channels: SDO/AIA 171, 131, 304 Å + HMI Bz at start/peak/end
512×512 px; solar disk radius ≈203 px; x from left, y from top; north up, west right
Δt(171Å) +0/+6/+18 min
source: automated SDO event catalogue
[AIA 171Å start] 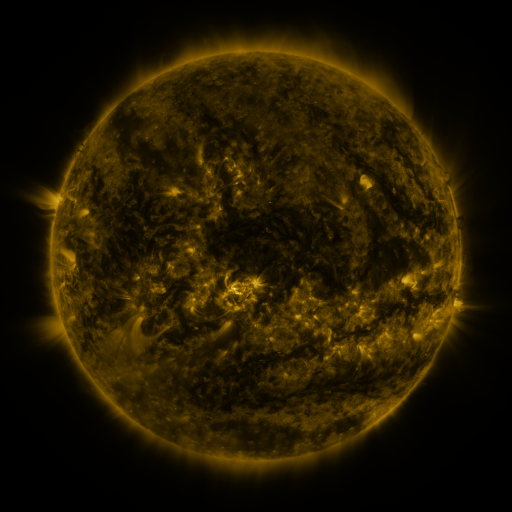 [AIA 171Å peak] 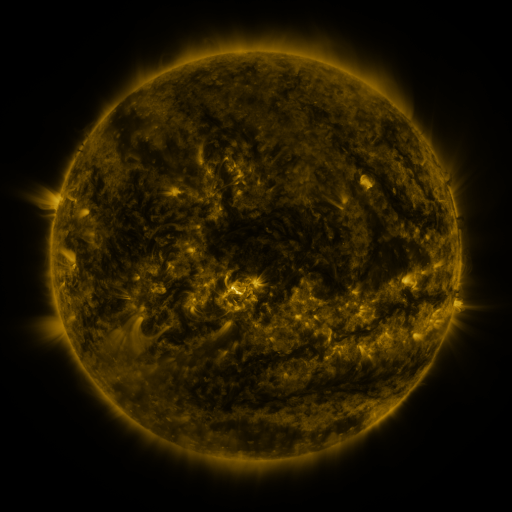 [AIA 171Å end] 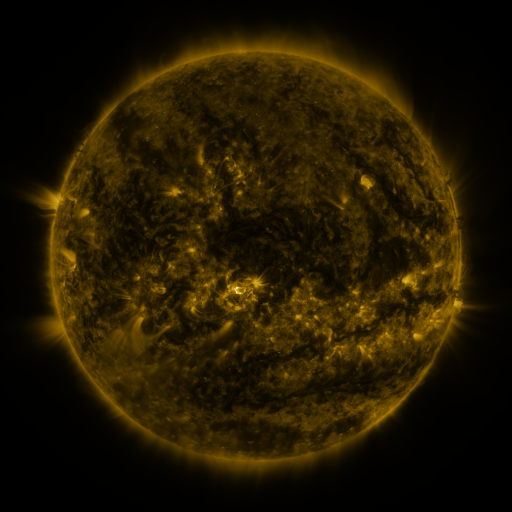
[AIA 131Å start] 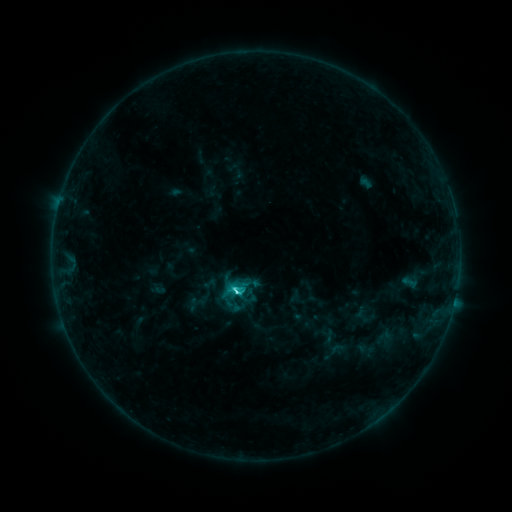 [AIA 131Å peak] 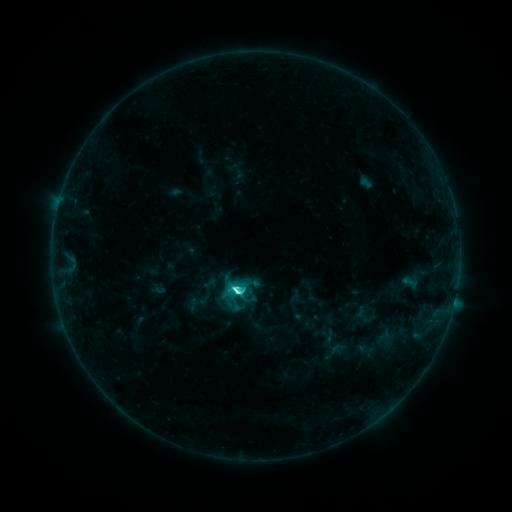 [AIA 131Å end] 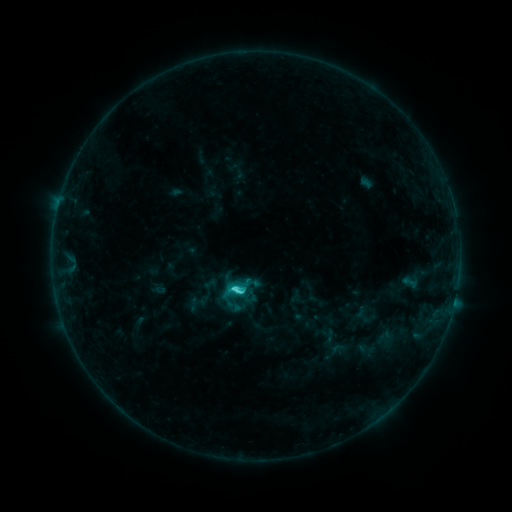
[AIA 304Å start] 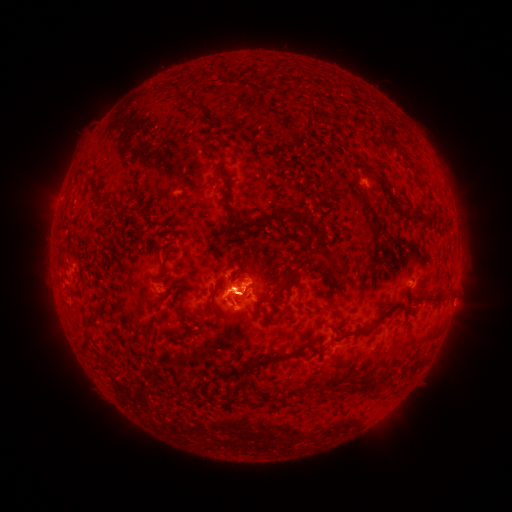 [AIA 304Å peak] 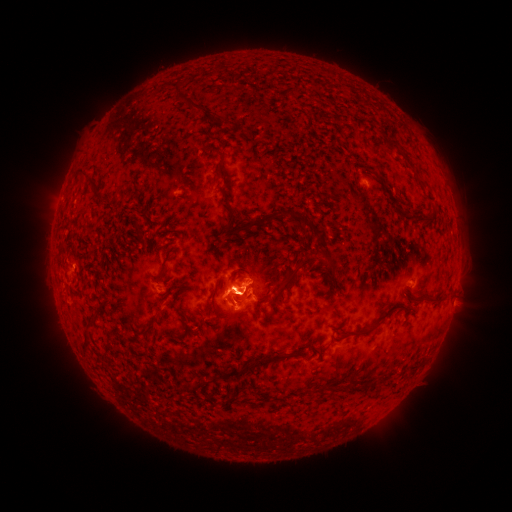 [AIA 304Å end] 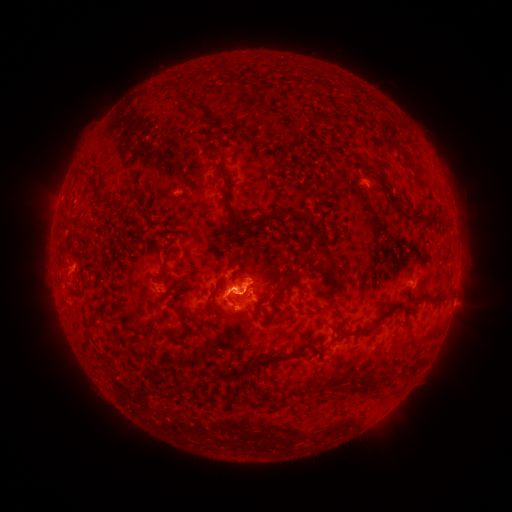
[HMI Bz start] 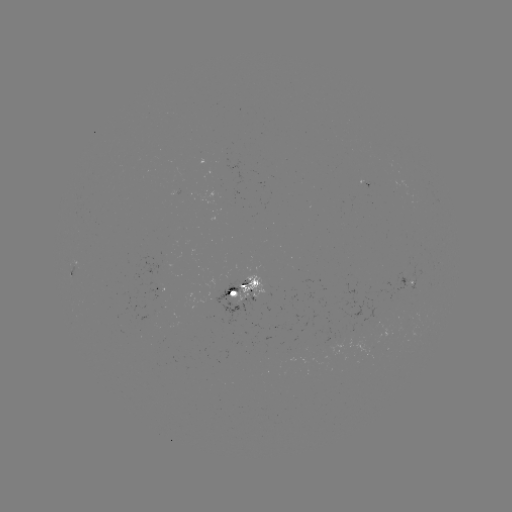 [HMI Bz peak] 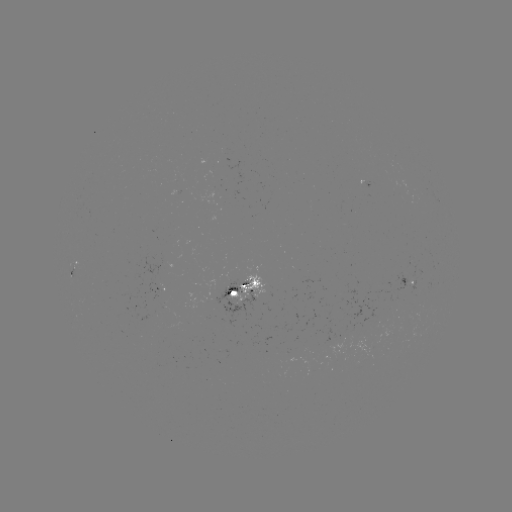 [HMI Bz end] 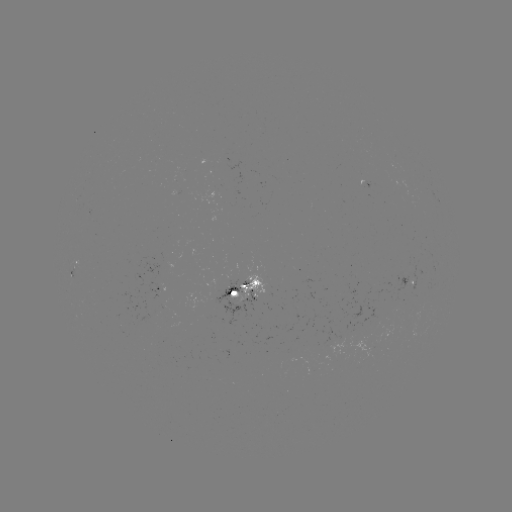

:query C4.8 flare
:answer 238,290